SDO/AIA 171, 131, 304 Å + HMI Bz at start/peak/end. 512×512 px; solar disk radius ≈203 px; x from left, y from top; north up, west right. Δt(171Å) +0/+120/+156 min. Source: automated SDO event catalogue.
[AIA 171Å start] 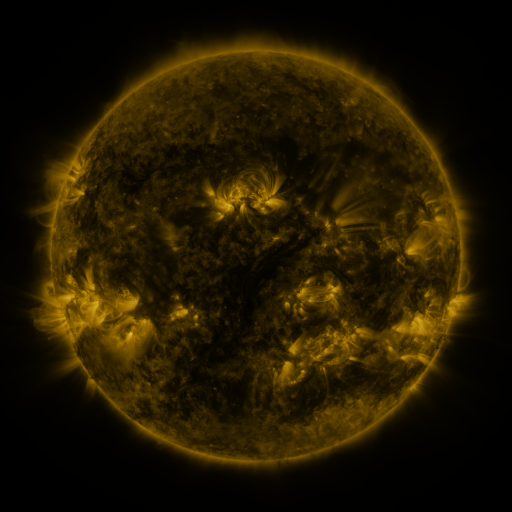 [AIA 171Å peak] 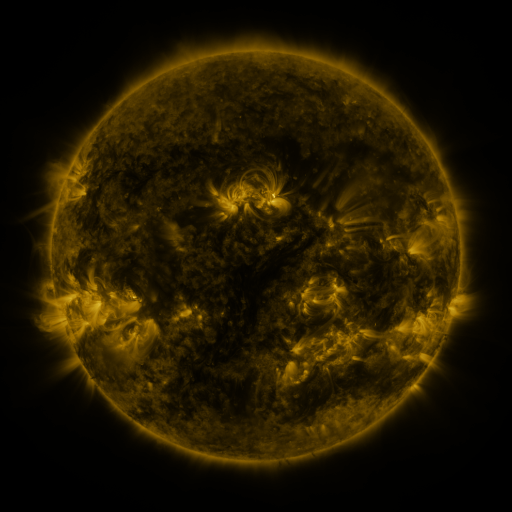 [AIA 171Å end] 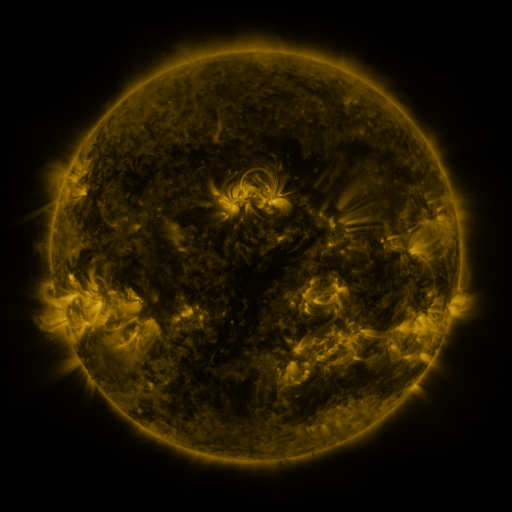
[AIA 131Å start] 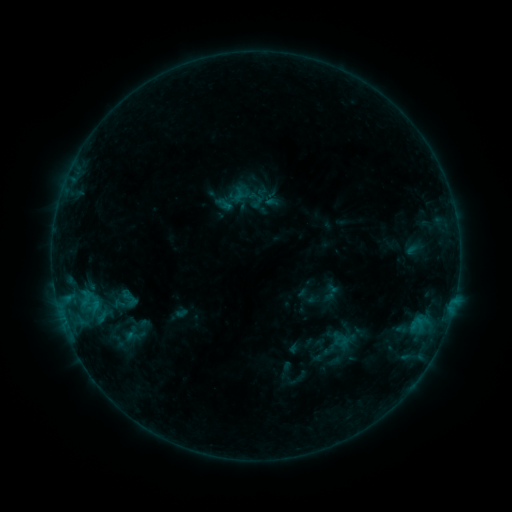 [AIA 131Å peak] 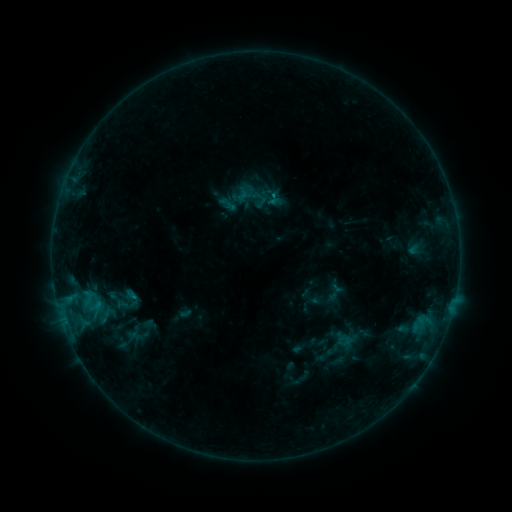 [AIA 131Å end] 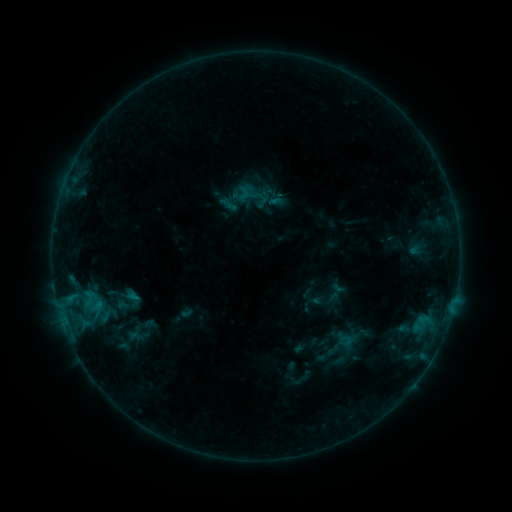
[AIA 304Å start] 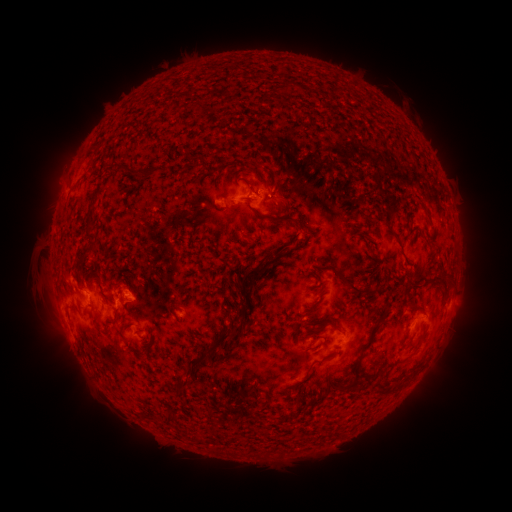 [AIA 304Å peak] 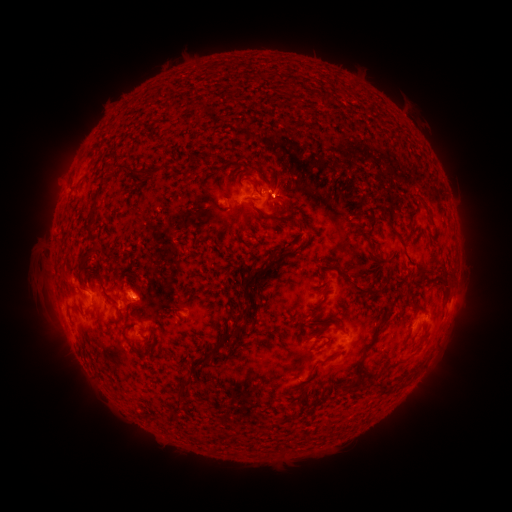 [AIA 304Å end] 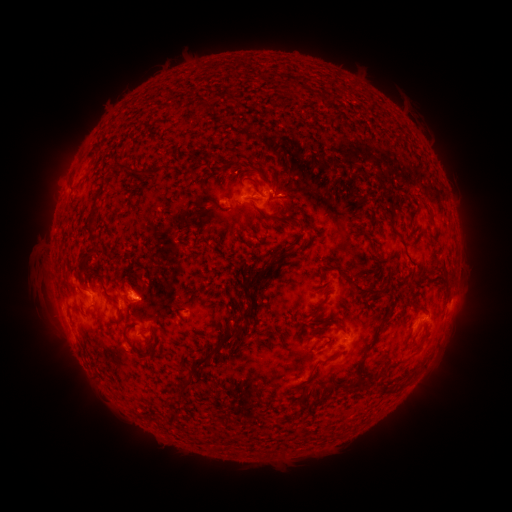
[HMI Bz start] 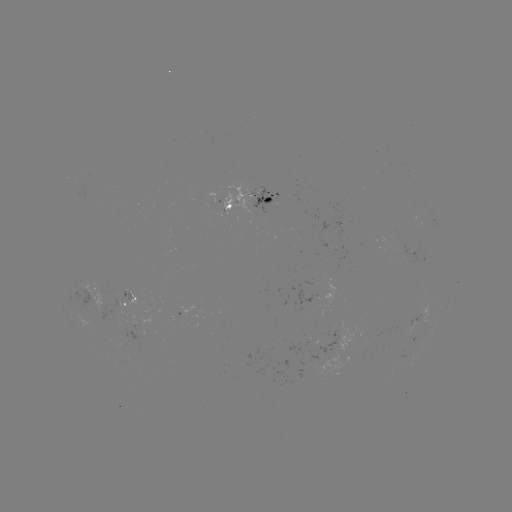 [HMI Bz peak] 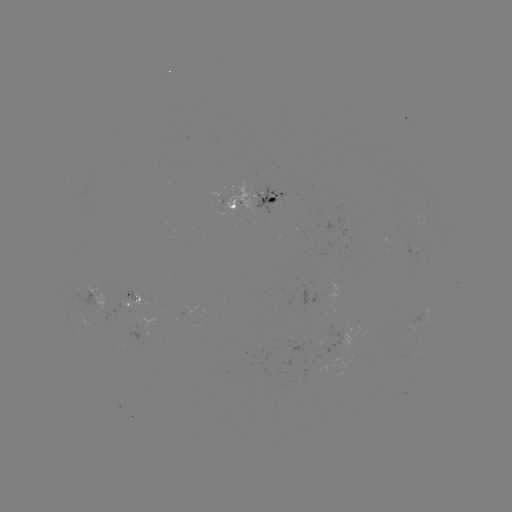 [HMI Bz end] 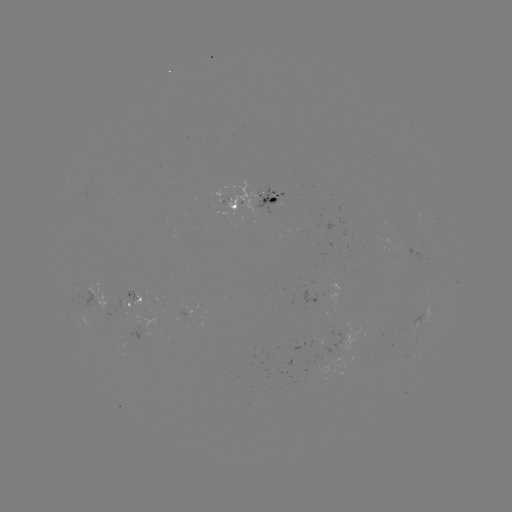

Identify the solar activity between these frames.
emerging-flux region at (273, 197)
